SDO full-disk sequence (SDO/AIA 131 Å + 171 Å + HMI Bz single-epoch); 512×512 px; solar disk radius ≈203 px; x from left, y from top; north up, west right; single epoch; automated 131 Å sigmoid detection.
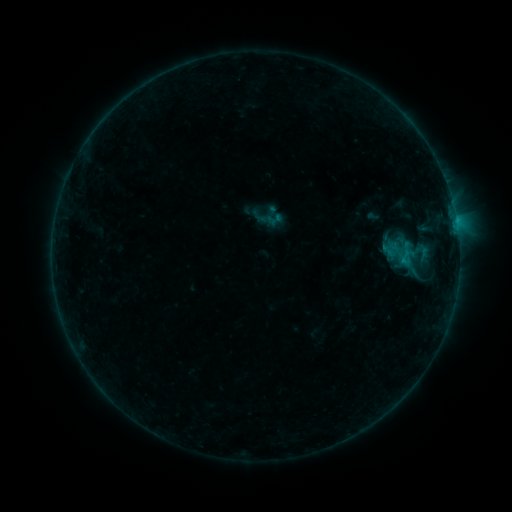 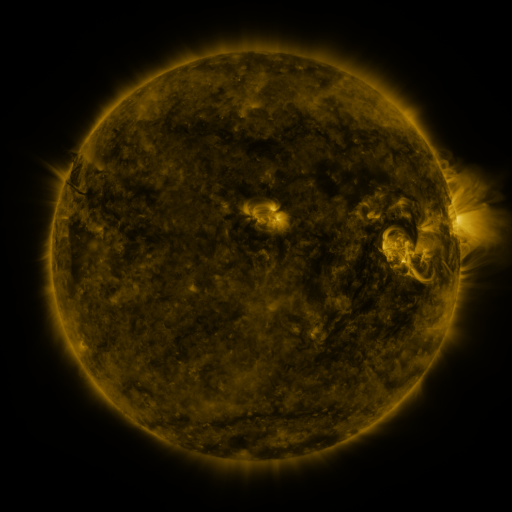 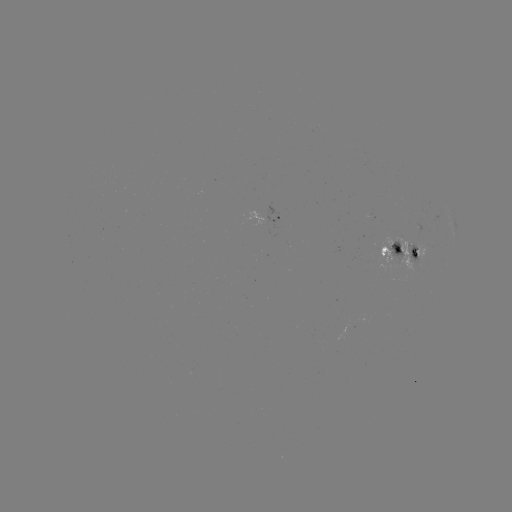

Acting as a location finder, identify sigmoid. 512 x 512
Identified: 274,219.